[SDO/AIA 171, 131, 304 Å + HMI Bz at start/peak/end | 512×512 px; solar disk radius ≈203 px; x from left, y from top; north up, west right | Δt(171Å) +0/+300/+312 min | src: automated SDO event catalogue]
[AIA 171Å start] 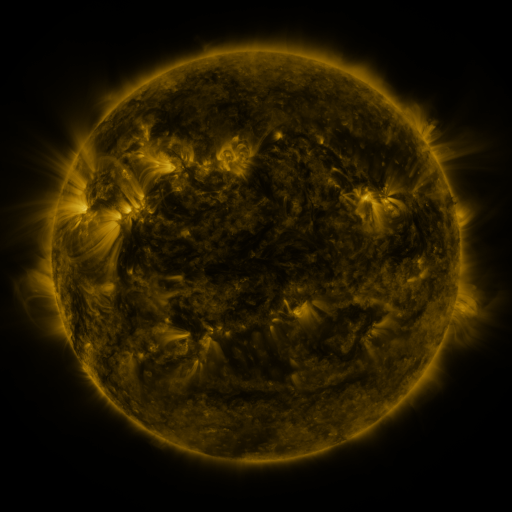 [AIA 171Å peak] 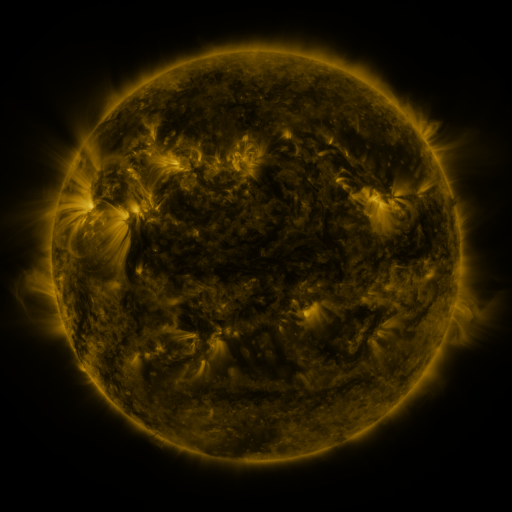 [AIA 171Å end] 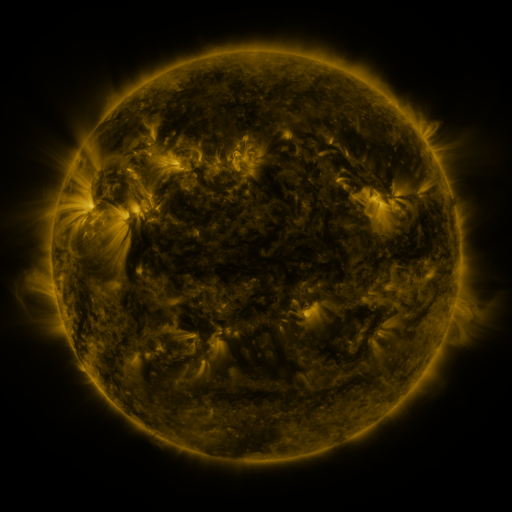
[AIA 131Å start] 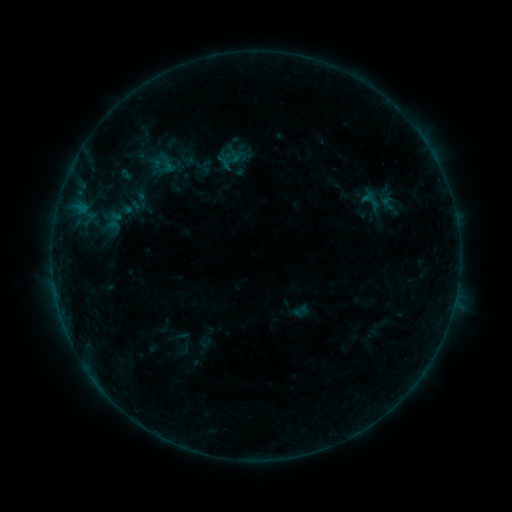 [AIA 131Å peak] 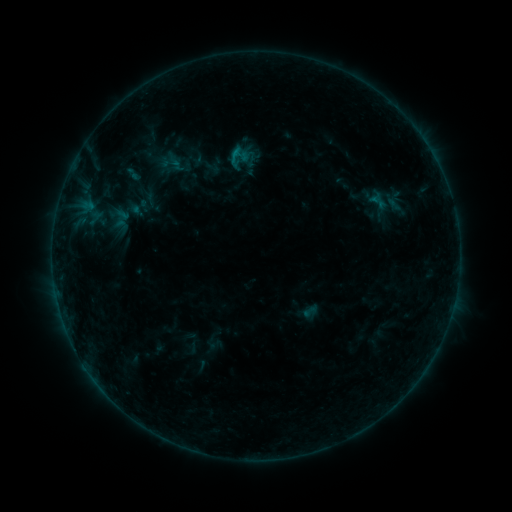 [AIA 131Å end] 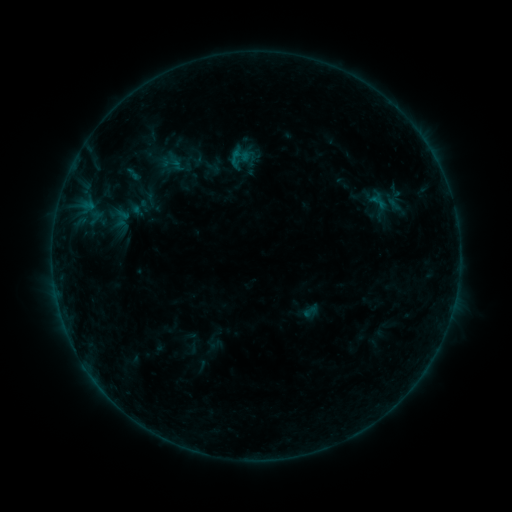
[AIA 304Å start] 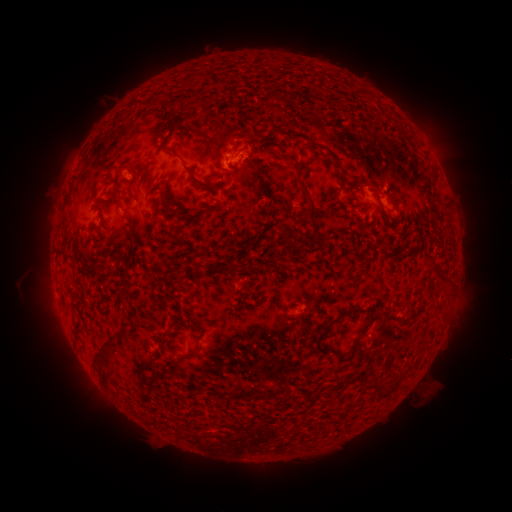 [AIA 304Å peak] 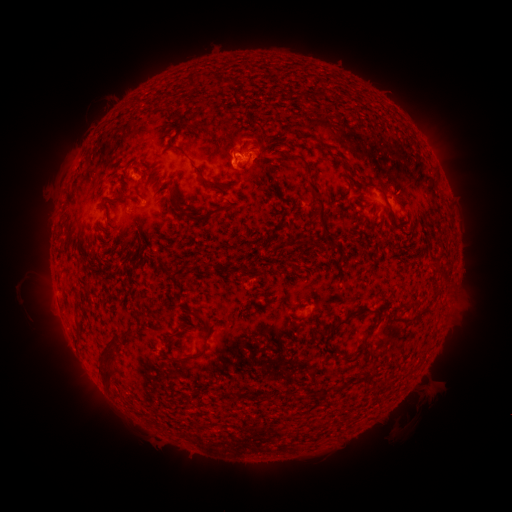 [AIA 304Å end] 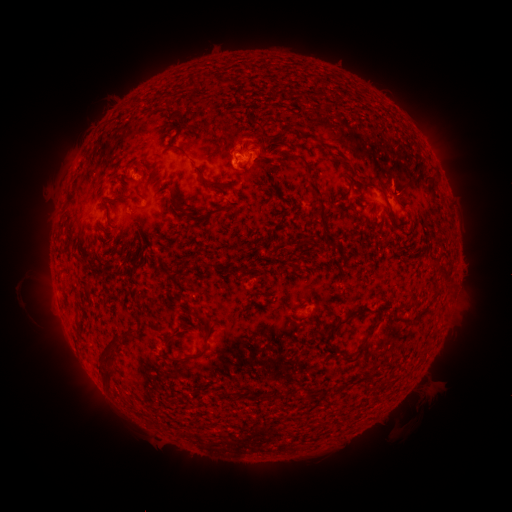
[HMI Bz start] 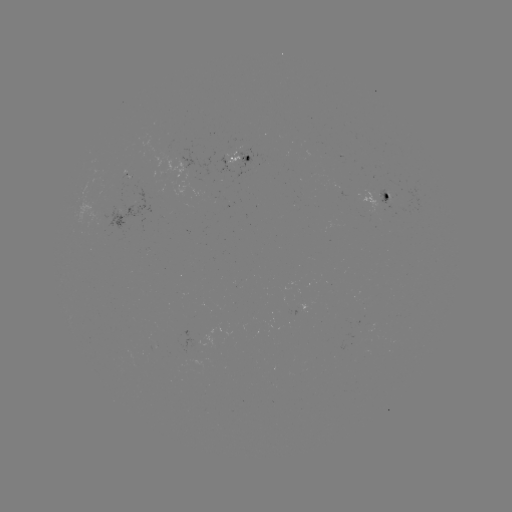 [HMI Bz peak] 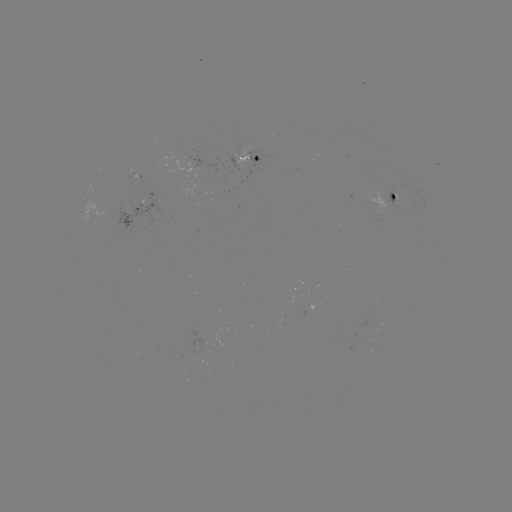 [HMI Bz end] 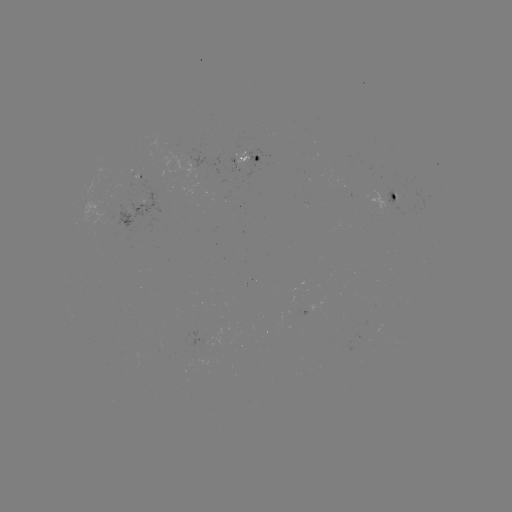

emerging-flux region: (133, 177, 142, 187)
